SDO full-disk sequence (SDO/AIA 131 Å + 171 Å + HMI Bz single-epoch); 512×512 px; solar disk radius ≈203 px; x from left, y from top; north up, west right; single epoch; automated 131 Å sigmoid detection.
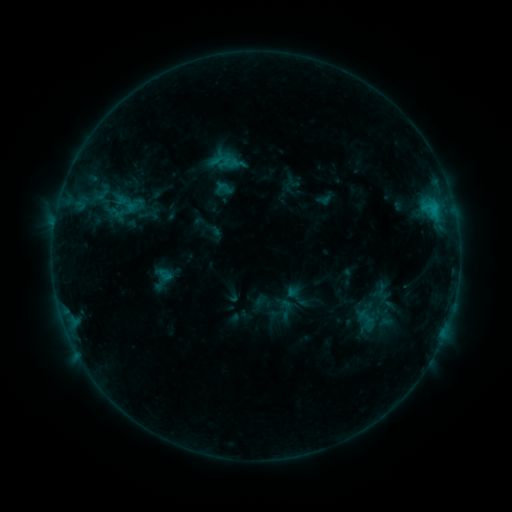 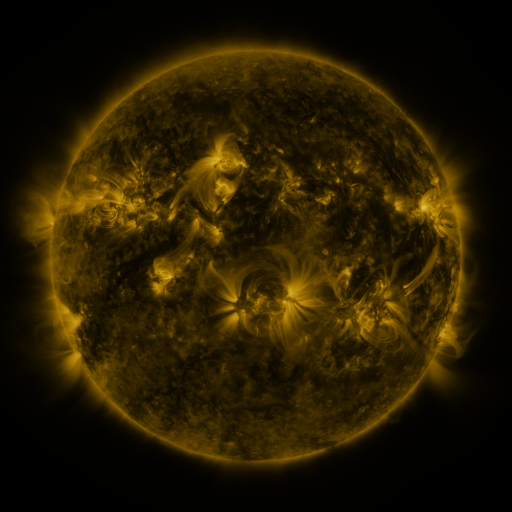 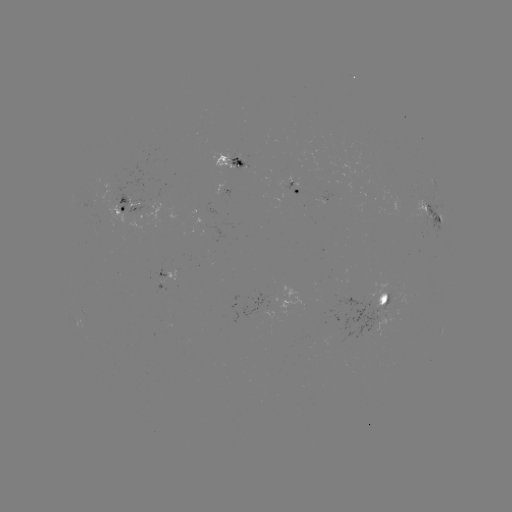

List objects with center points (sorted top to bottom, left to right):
sigmoid: <bbox>145, 264, 179, 293</bbox>
sigmoid: <bbox>275, 297, 297, 320</bbox>
